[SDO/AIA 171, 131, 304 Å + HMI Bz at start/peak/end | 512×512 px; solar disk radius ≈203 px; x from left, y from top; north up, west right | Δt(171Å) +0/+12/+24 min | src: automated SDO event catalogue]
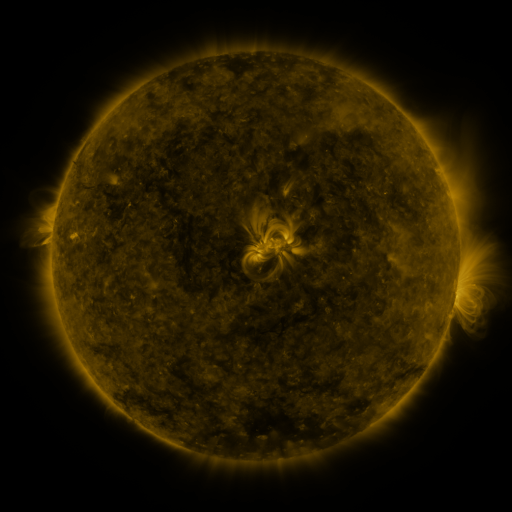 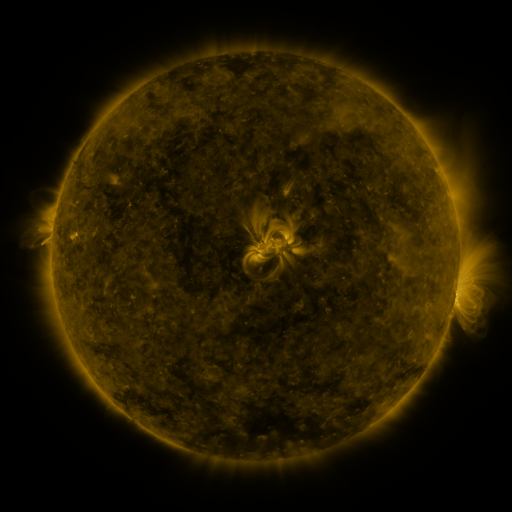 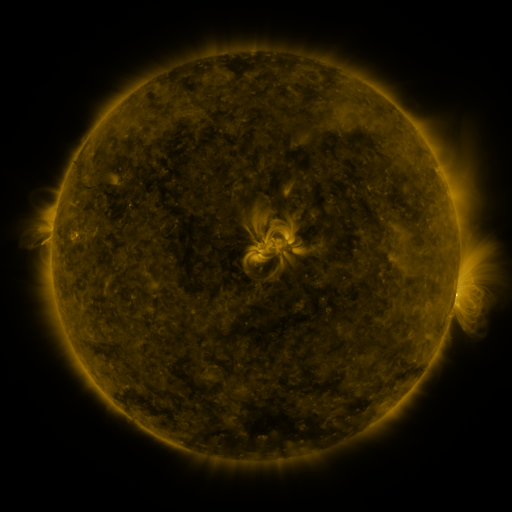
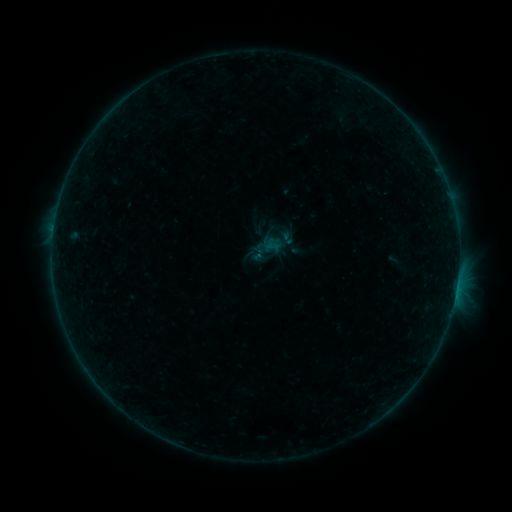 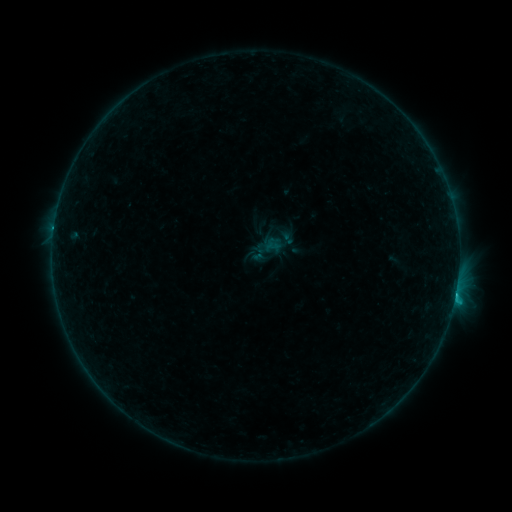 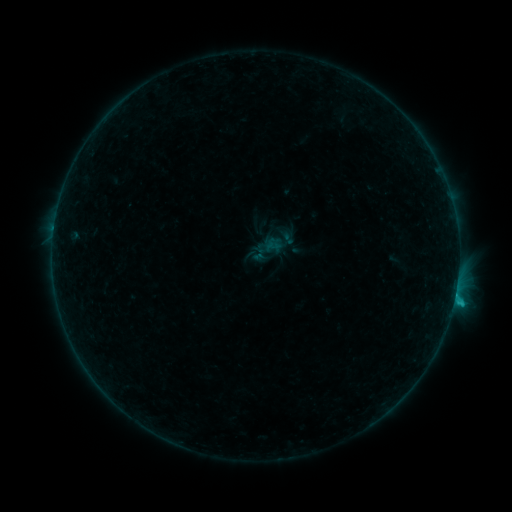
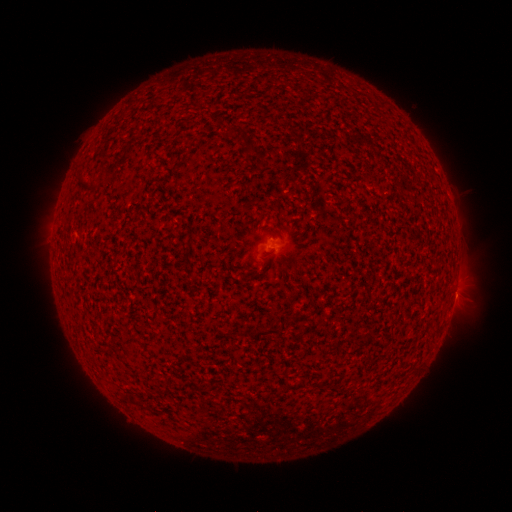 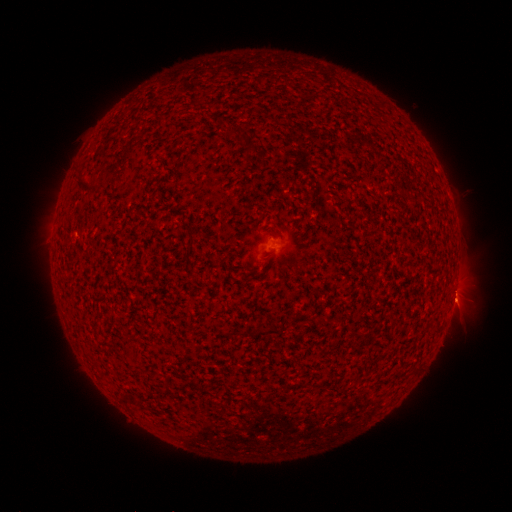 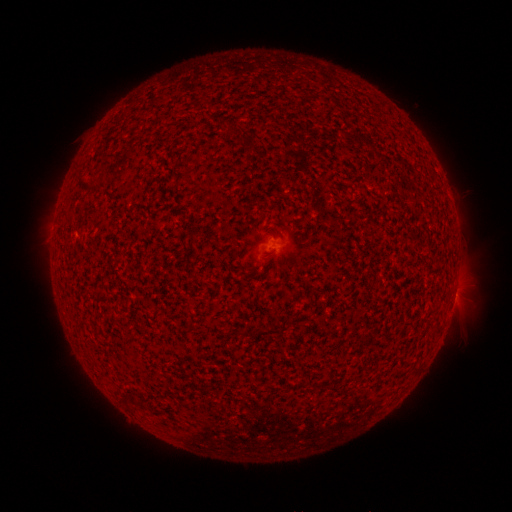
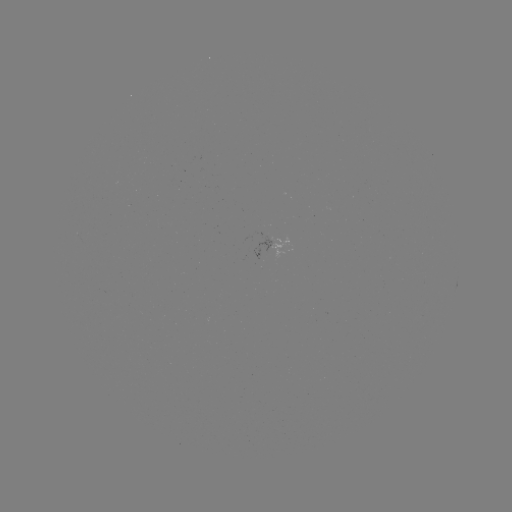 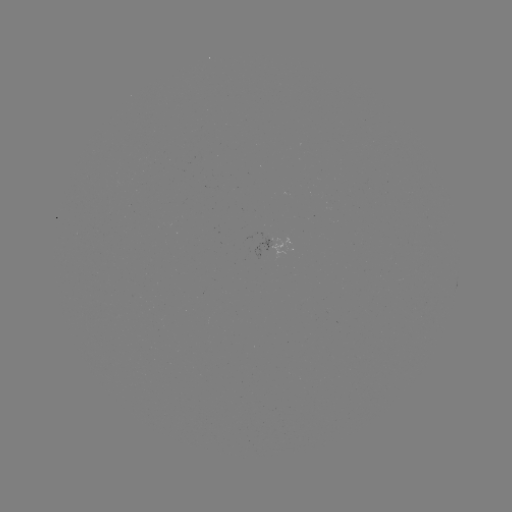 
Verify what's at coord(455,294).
C1.1 flare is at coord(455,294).